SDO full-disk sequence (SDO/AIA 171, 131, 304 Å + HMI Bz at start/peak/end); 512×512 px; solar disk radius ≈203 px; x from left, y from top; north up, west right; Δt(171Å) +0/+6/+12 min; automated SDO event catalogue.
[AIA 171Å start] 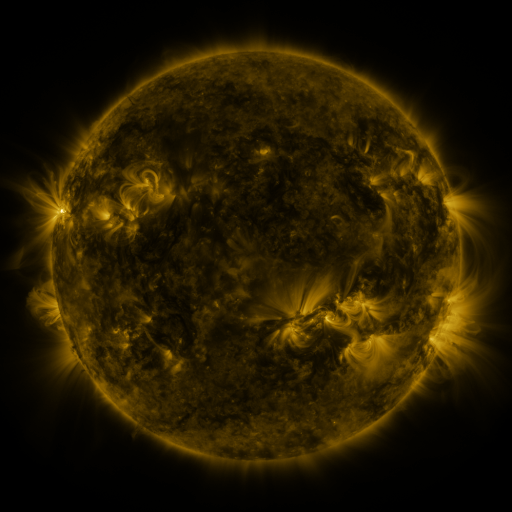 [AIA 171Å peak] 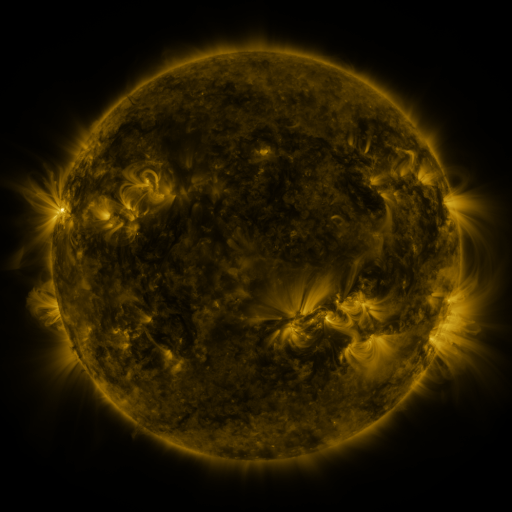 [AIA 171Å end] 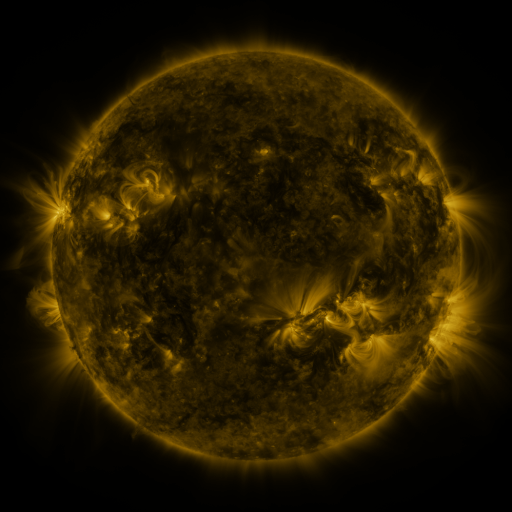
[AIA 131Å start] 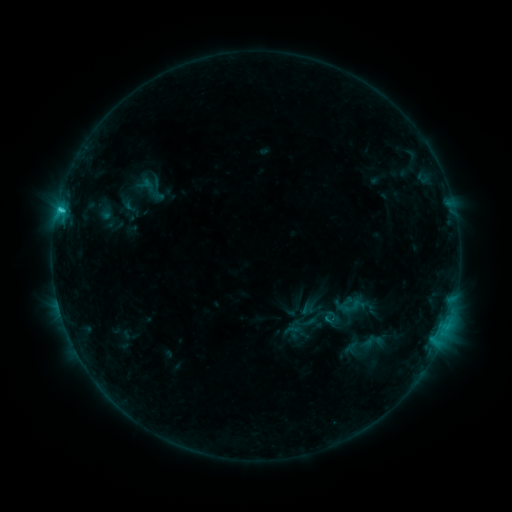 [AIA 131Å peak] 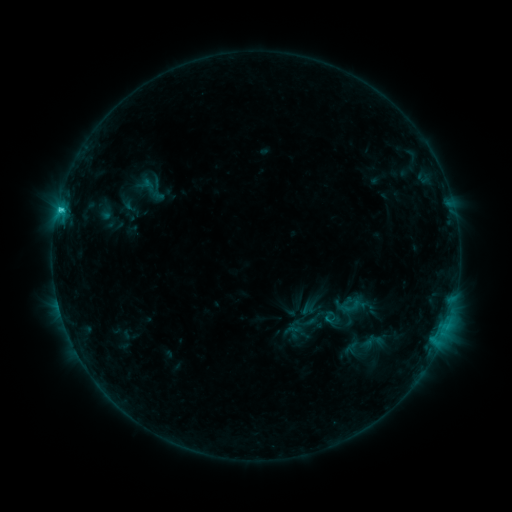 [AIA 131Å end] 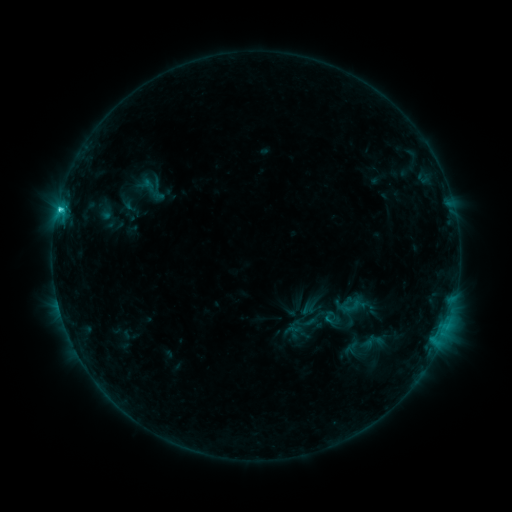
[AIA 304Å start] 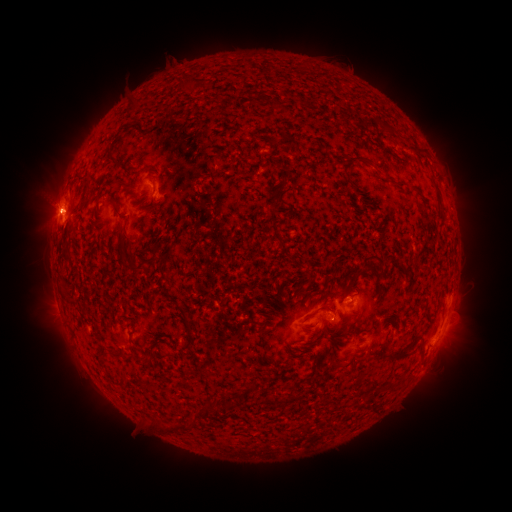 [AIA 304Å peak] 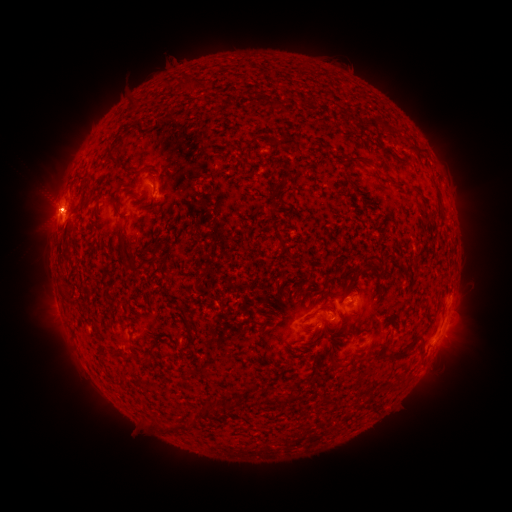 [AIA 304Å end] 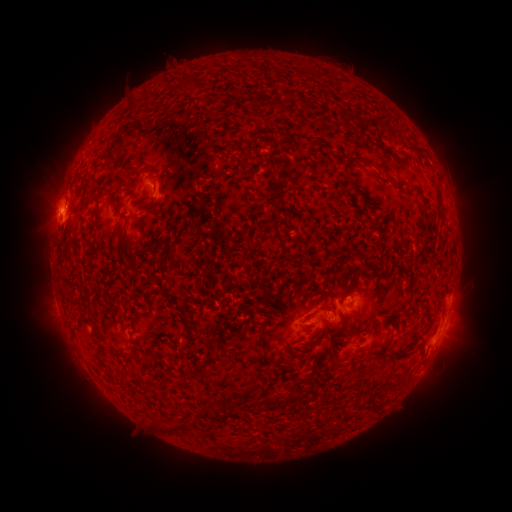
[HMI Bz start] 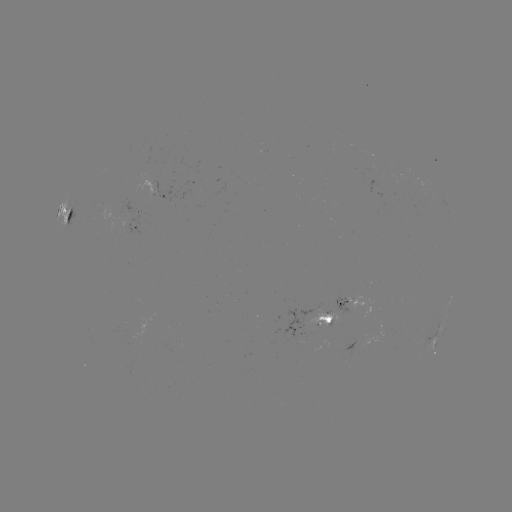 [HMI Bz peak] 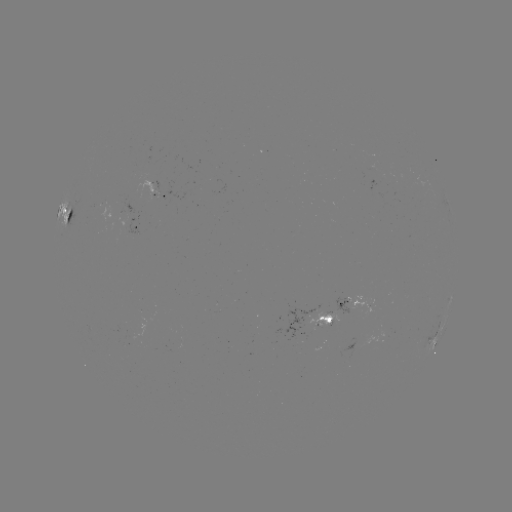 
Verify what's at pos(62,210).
C2.0 flare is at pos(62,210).